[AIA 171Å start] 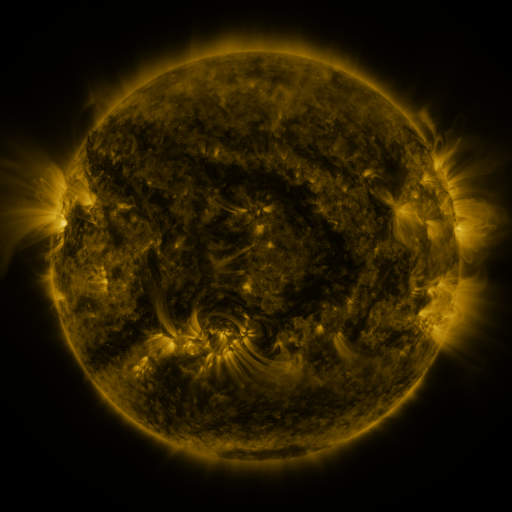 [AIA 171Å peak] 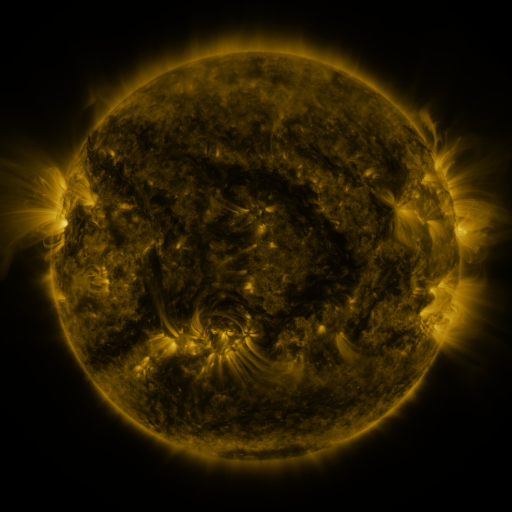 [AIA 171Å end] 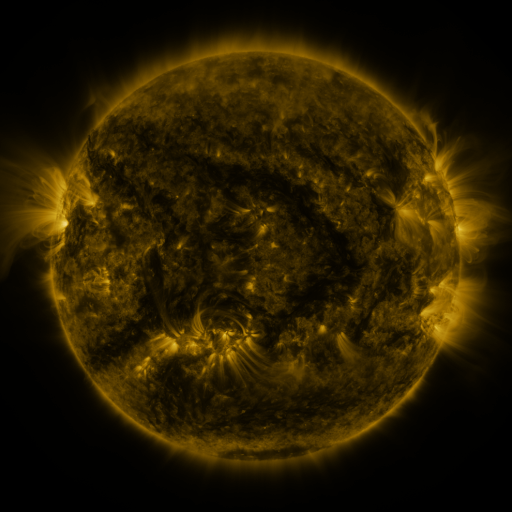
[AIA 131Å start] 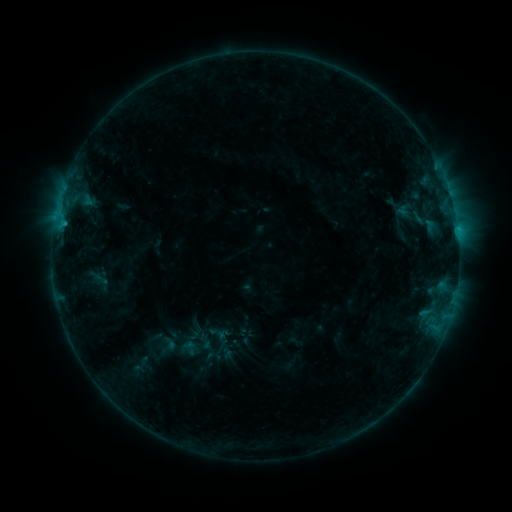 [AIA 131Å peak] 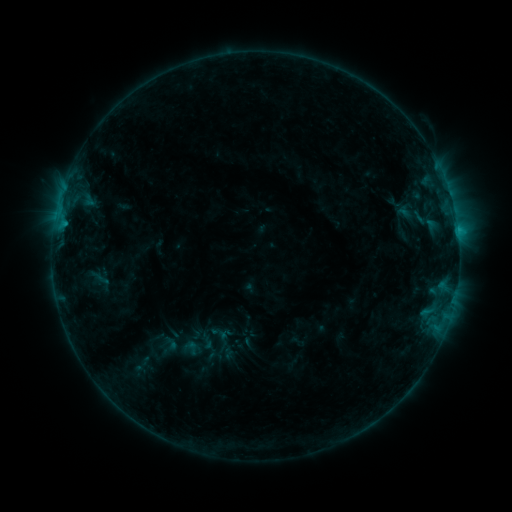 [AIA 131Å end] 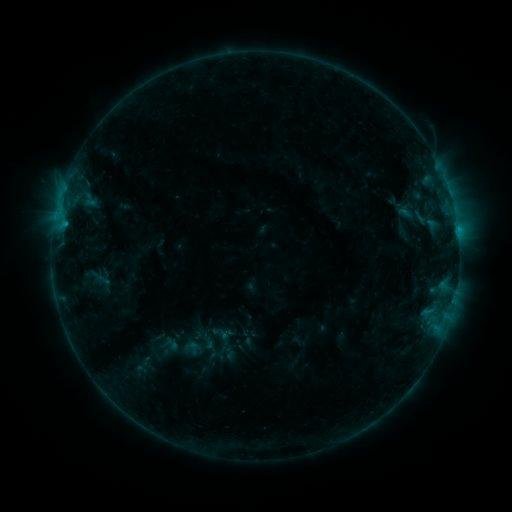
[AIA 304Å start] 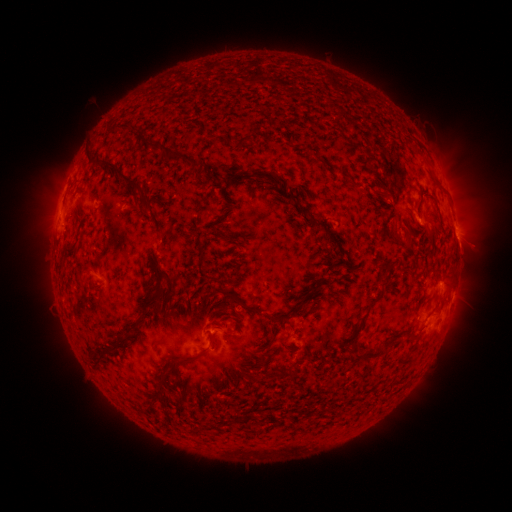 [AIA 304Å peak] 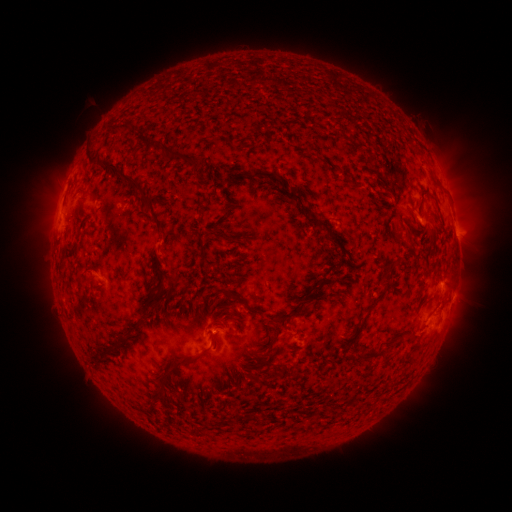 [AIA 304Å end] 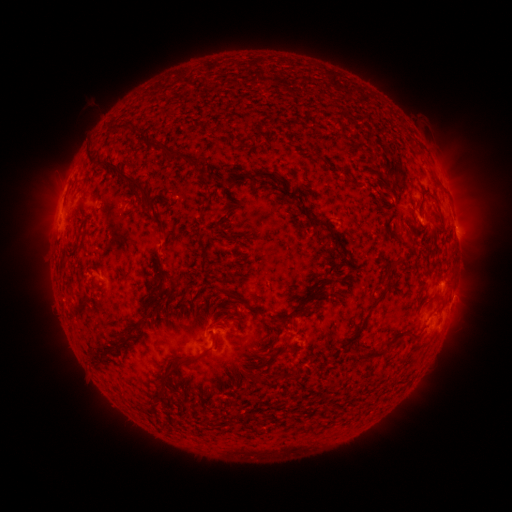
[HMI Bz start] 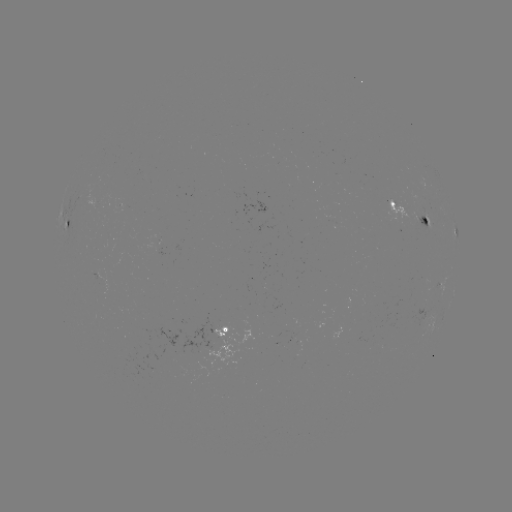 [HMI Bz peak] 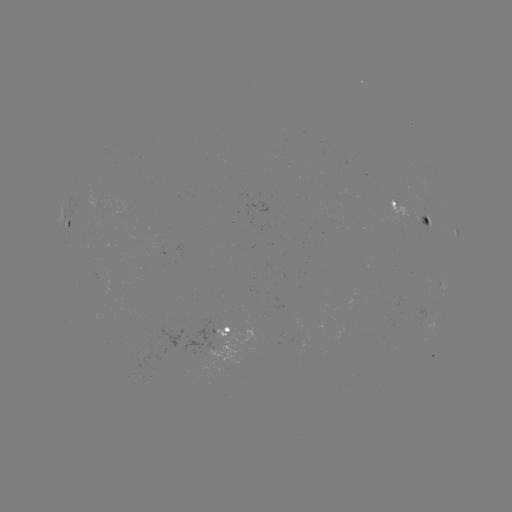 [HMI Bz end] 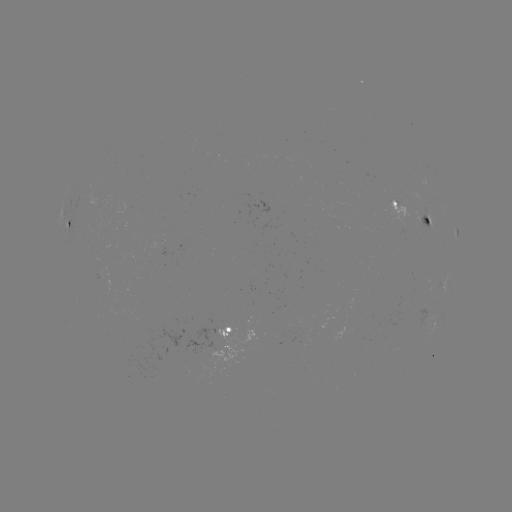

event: emerging-flux region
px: (421, 217)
